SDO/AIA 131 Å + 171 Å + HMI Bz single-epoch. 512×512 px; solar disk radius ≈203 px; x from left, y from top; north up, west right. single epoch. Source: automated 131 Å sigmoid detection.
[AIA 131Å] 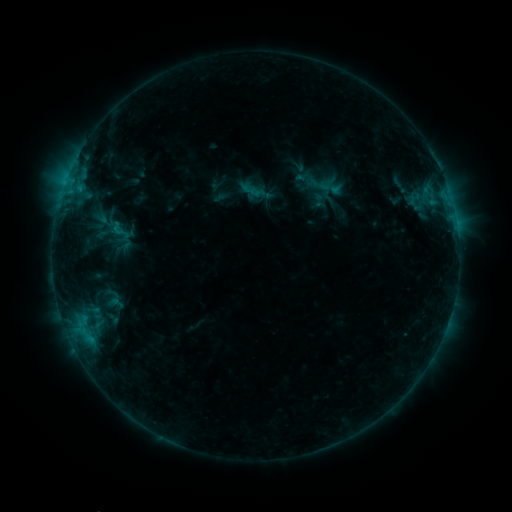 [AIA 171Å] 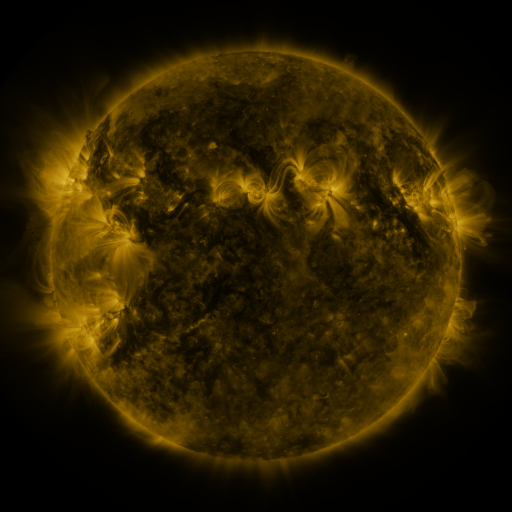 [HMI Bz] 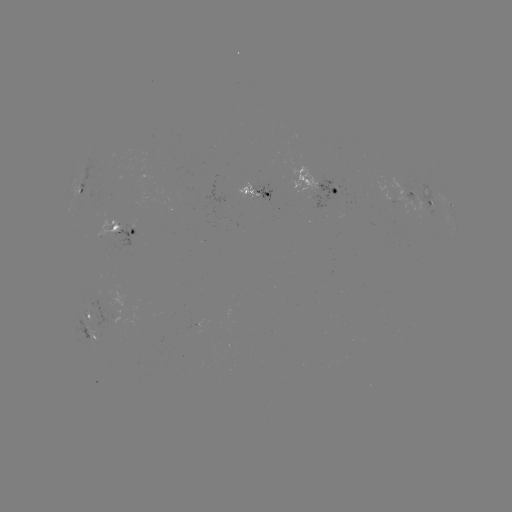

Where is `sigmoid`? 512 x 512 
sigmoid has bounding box [108, 219, 131, 242].